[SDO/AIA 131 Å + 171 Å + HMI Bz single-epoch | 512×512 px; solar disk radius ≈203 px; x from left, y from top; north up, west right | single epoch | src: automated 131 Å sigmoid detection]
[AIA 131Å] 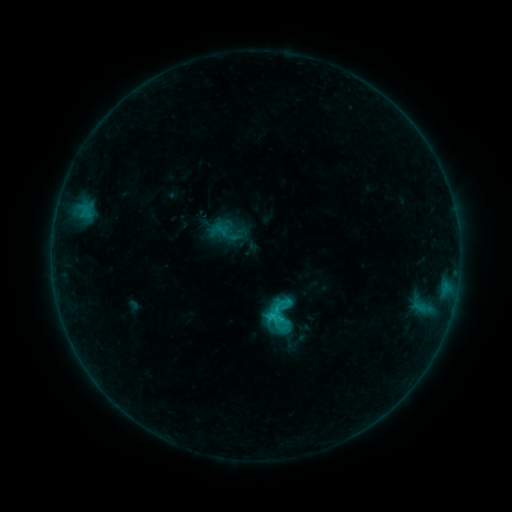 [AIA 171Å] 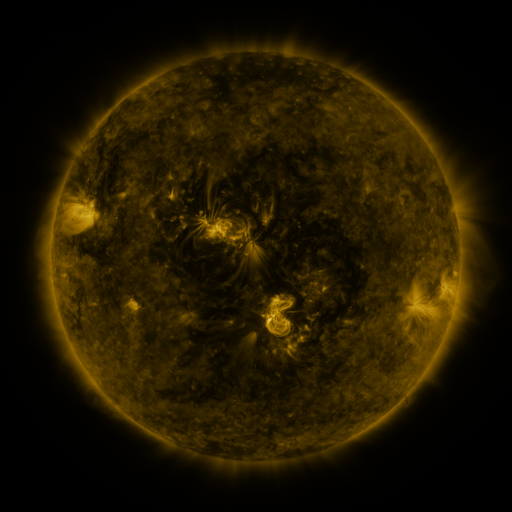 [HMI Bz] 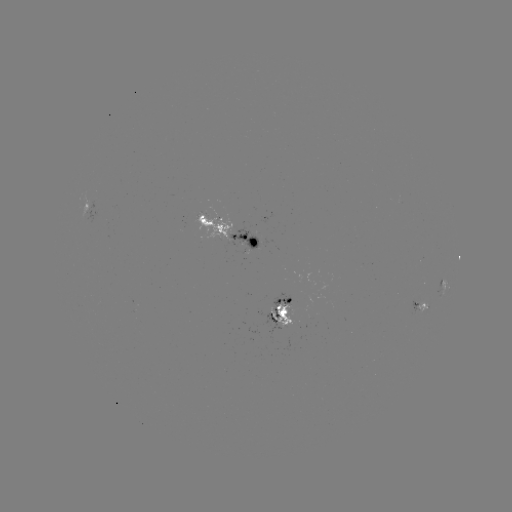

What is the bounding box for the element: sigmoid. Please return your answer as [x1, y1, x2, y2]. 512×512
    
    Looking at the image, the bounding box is [219, 226, 235, 243].